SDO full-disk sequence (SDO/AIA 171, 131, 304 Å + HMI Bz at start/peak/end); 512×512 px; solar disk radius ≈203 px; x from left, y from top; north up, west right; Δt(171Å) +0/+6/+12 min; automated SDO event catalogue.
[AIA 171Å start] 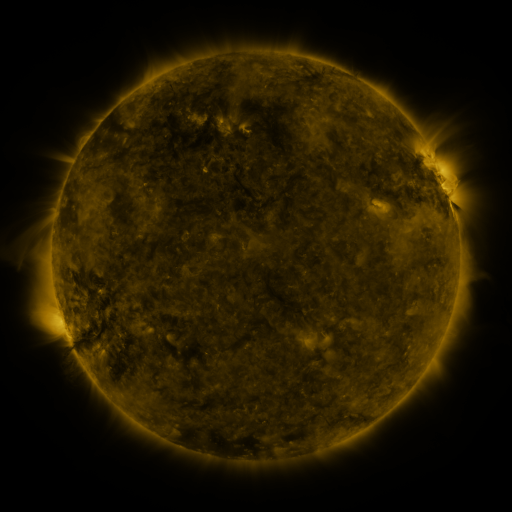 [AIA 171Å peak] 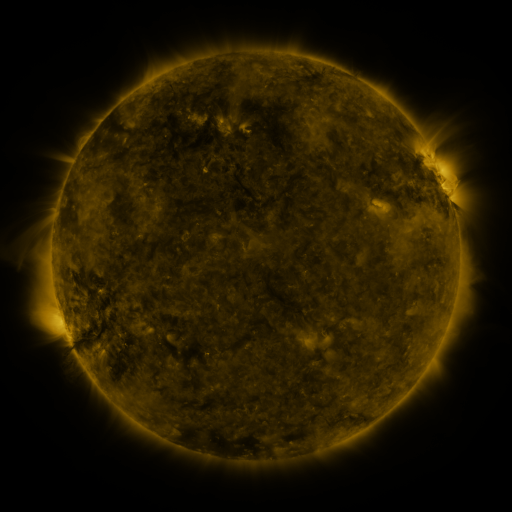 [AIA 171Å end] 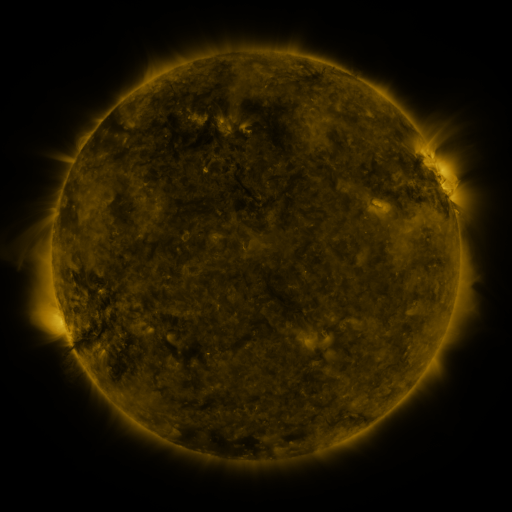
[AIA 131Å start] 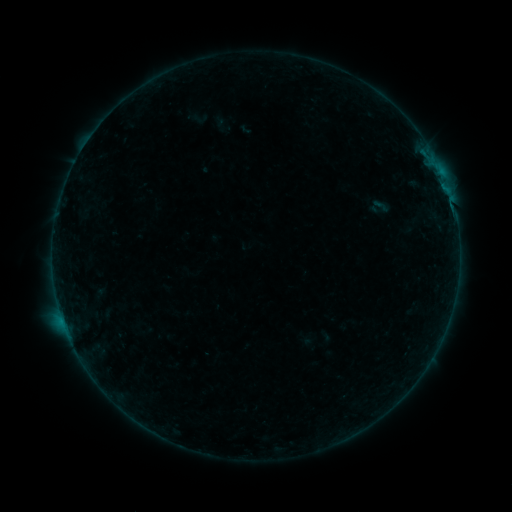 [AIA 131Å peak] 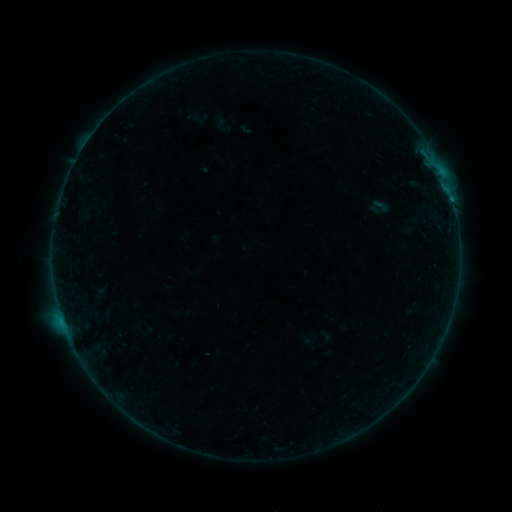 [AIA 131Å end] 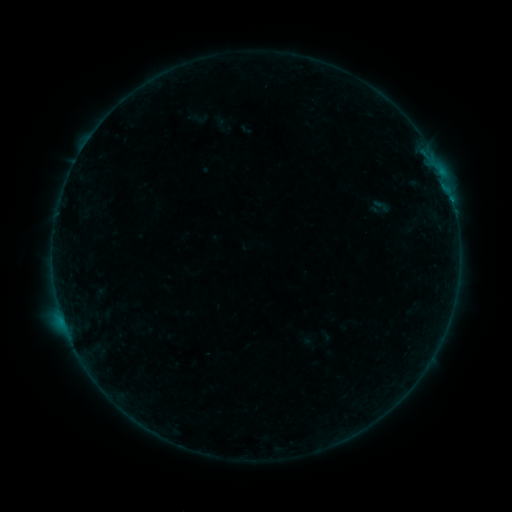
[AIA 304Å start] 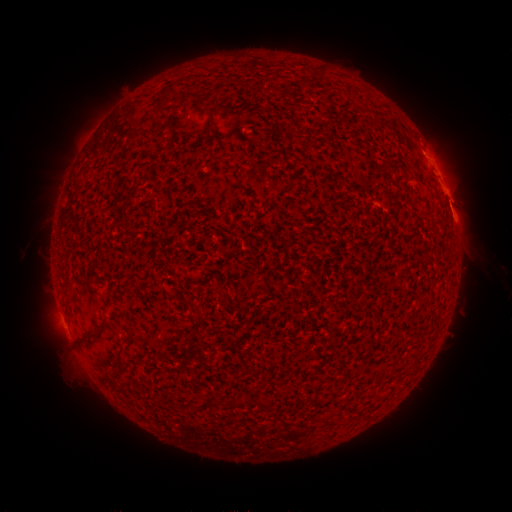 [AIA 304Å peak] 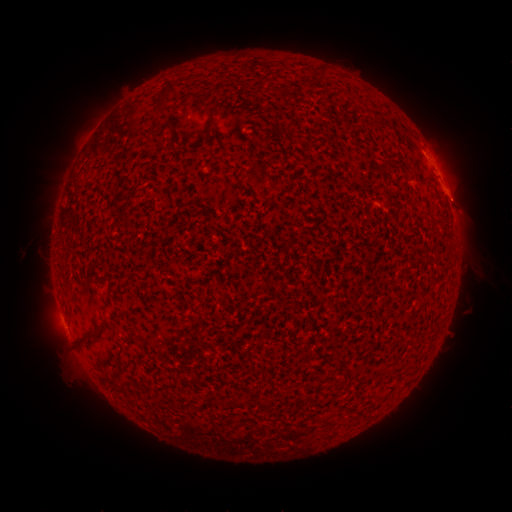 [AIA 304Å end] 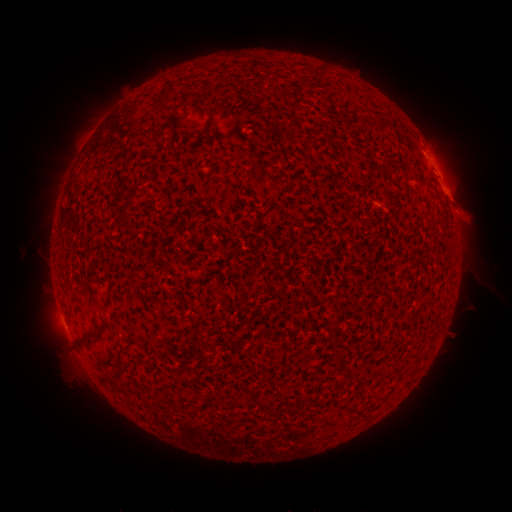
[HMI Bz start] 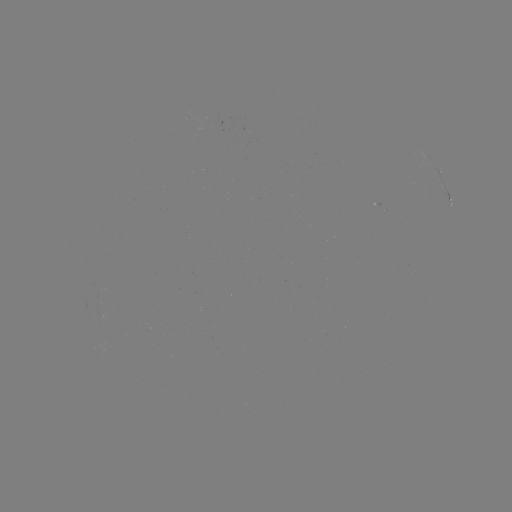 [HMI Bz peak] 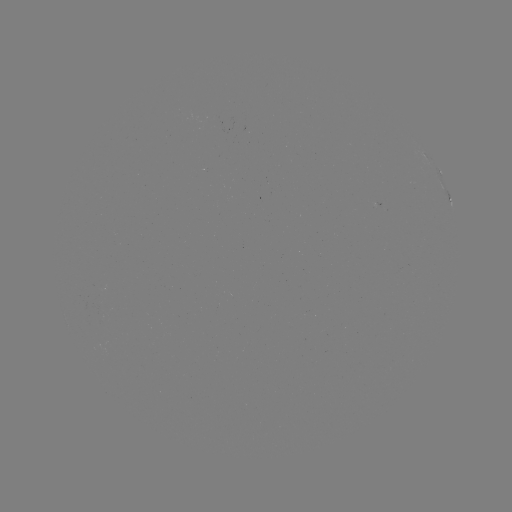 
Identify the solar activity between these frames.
B1.9 flare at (452, 202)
